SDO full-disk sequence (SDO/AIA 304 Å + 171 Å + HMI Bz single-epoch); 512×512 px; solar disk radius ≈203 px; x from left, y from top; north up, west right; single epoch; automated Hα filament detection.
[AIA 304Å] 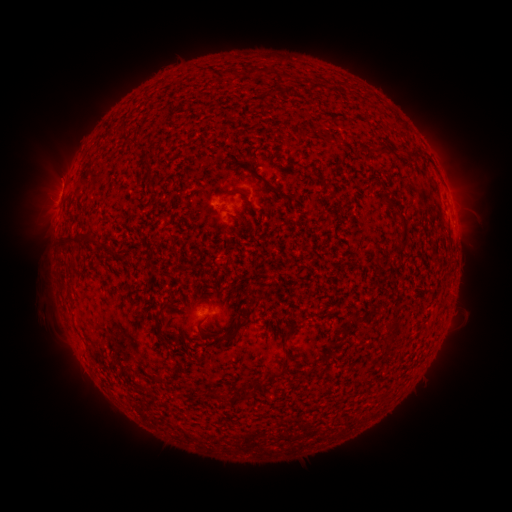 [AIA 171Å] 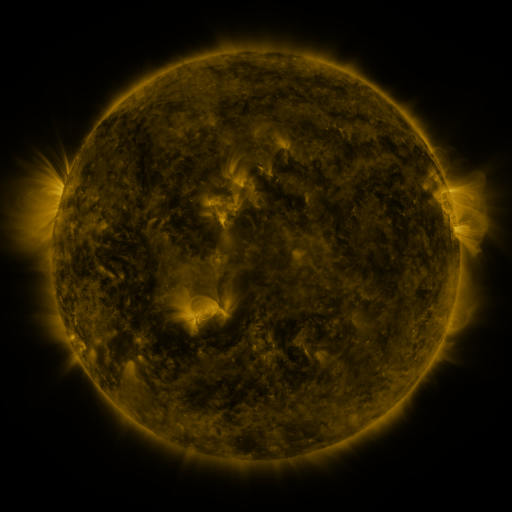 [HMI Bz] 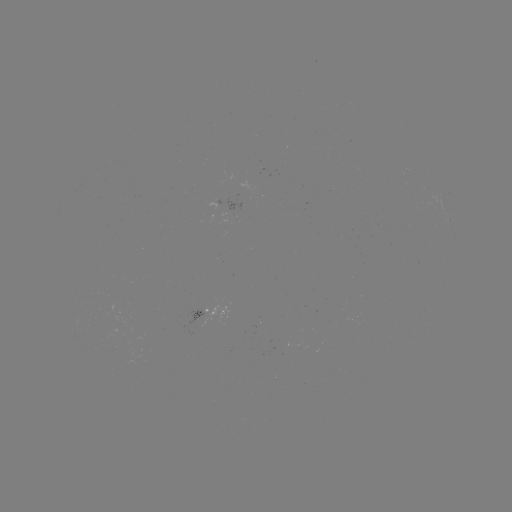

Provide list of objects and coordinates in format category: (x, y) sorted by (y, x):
filament: (265, 181)
filament: (230, 192)
filament: (387, 199)
filament: (234, 333)
filament: (289, 333)
filament: (283, 363)
